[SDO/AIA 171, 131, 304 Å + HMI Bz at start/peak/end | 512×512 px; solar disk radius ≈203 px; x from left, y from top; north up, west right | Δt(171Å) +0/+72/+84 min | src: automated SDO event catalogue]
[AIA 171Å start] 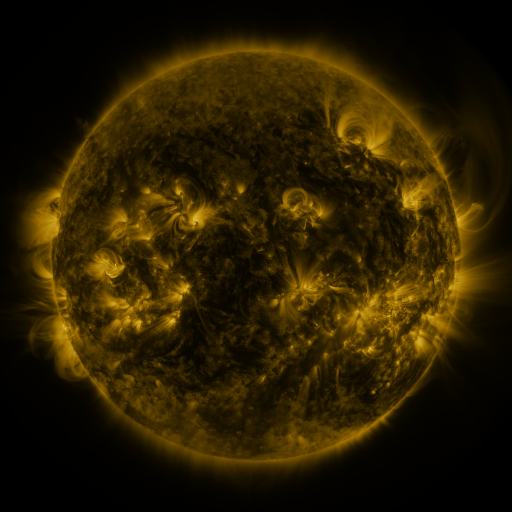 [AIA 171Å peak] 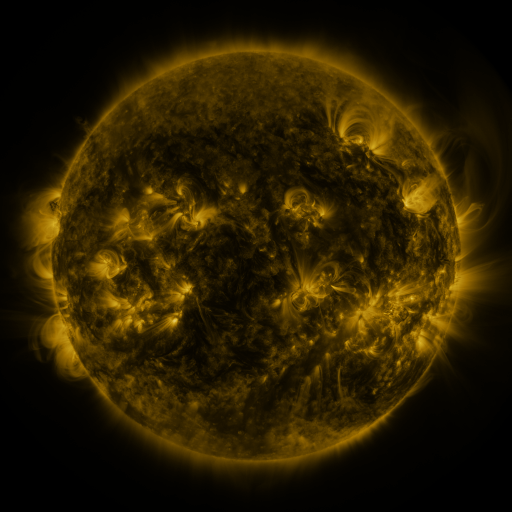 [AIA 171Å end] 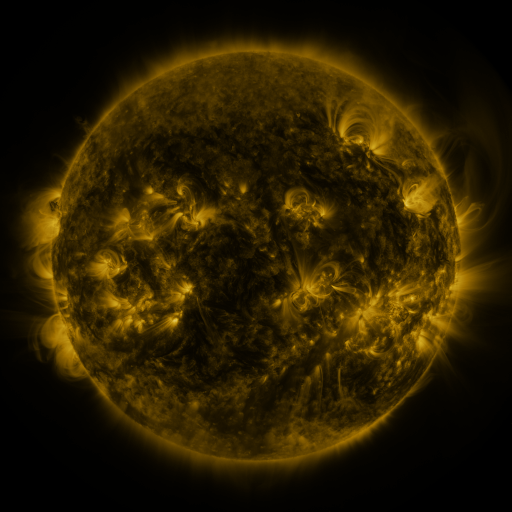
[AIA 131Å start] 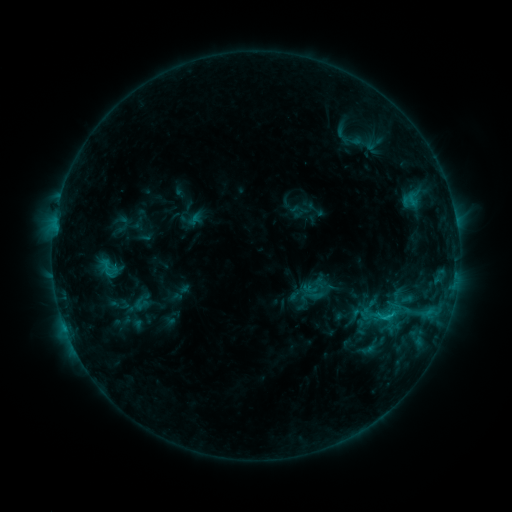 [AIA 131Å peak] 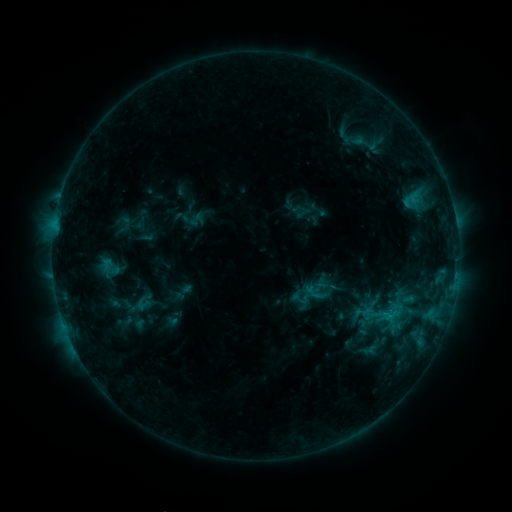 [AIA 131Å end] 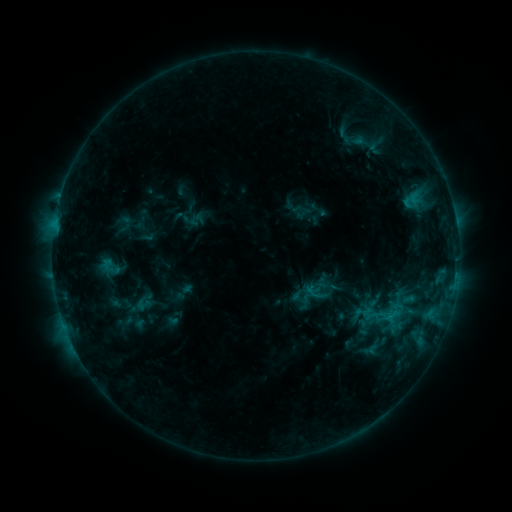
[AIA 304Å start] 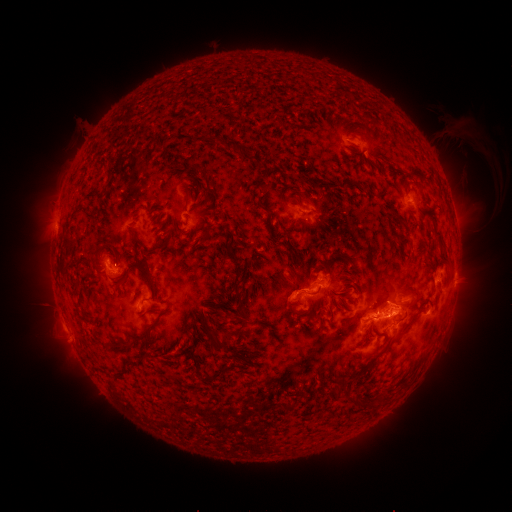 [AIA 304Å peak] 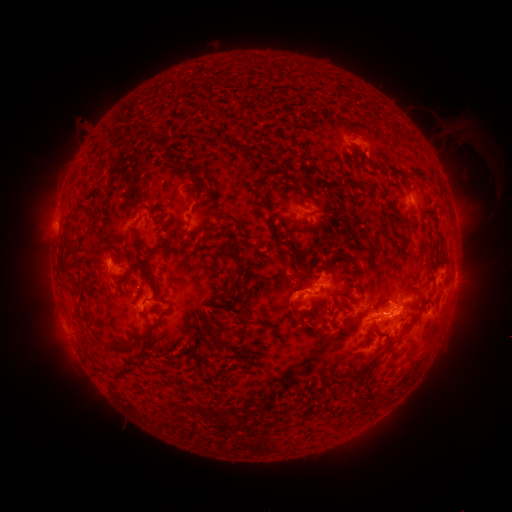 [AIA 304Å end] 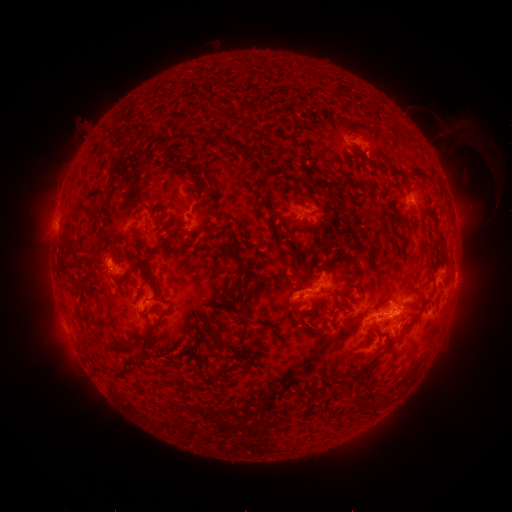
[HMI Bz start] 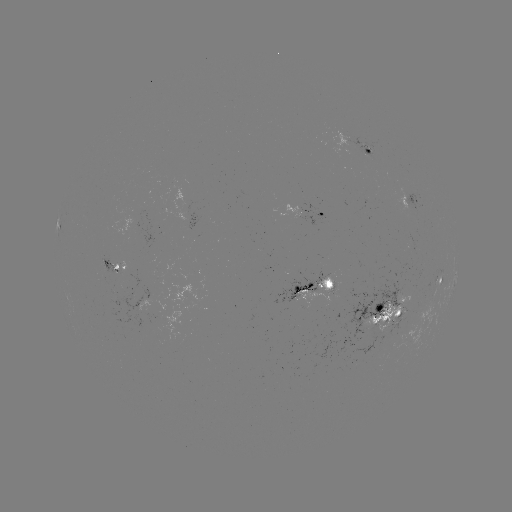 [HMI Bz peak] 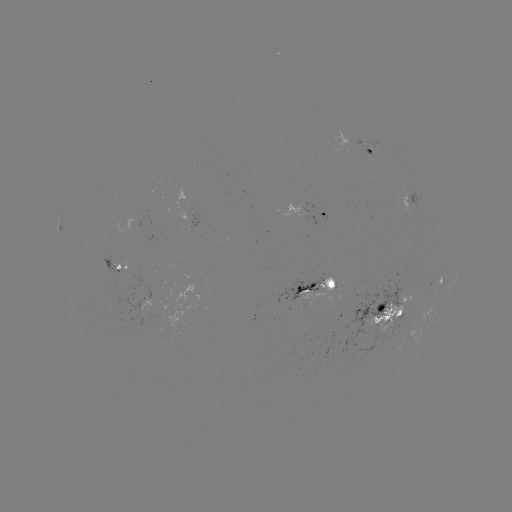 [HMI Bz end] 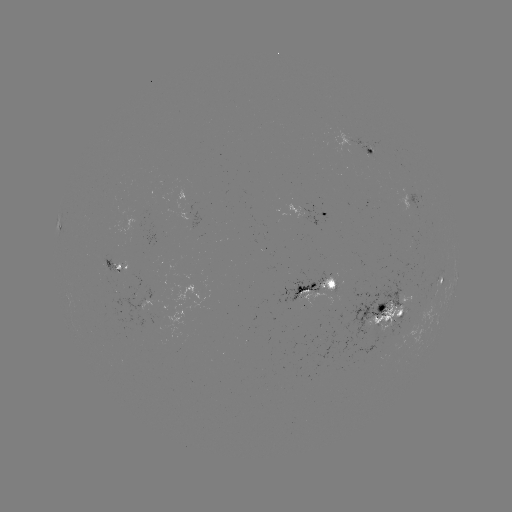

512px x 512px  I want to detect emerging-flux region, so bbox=[112, 264, 122, 275].